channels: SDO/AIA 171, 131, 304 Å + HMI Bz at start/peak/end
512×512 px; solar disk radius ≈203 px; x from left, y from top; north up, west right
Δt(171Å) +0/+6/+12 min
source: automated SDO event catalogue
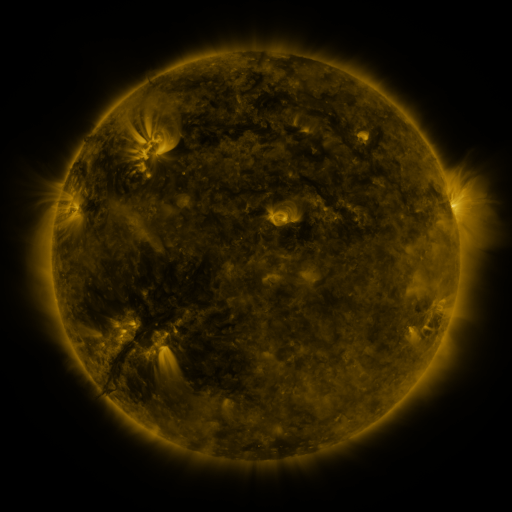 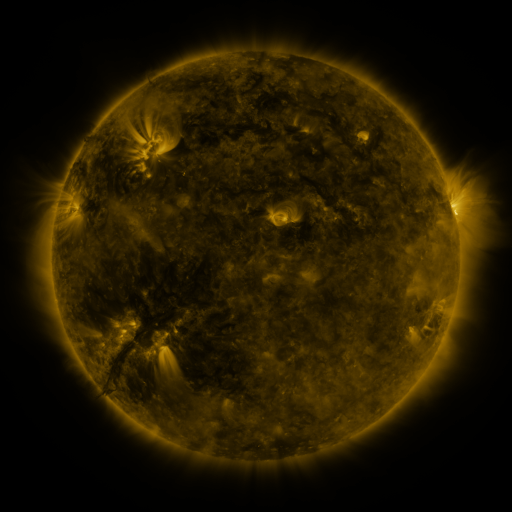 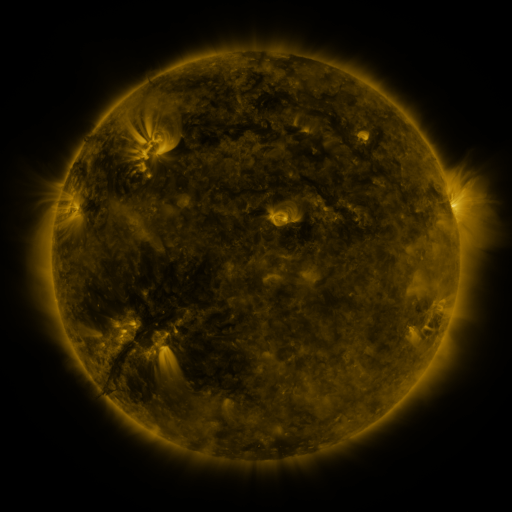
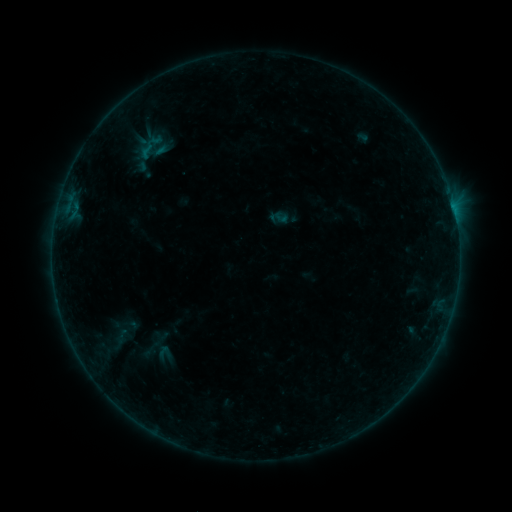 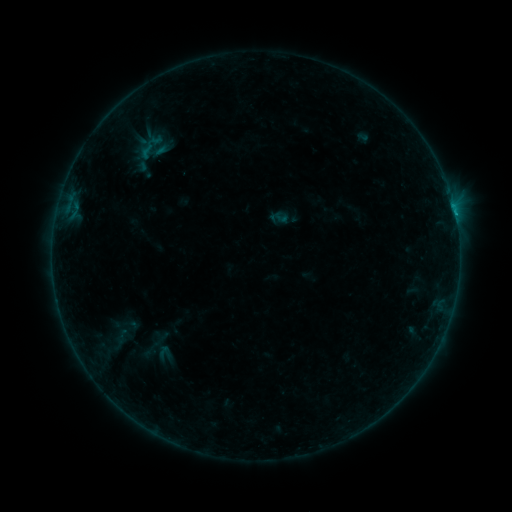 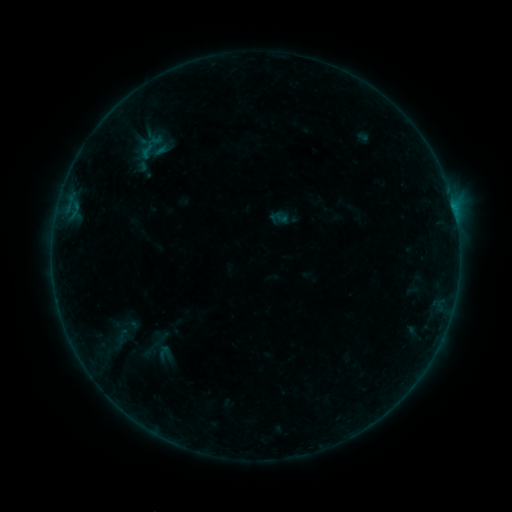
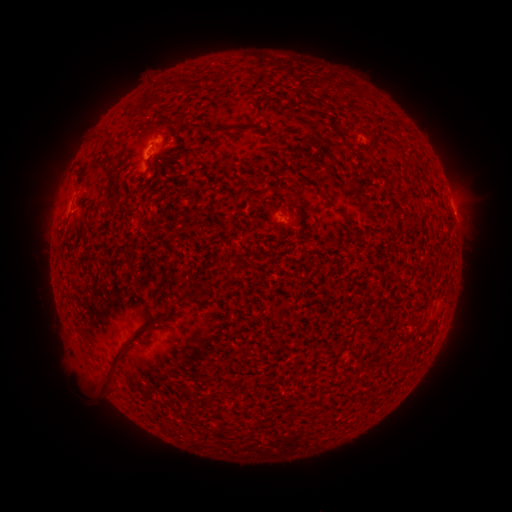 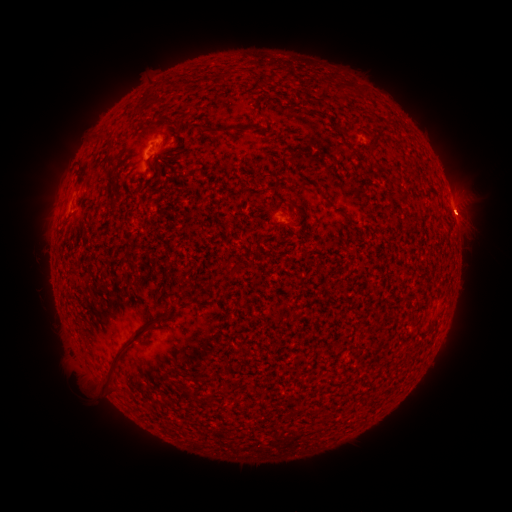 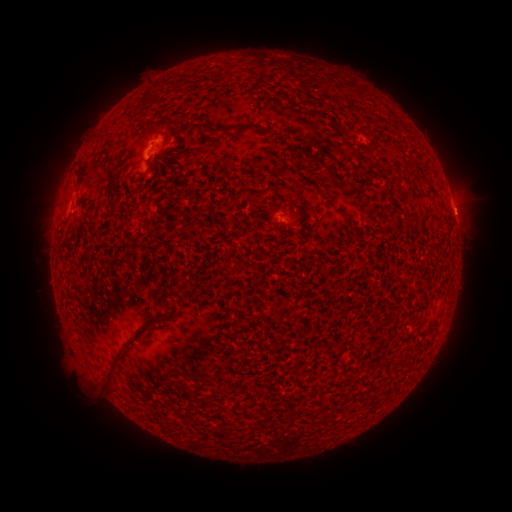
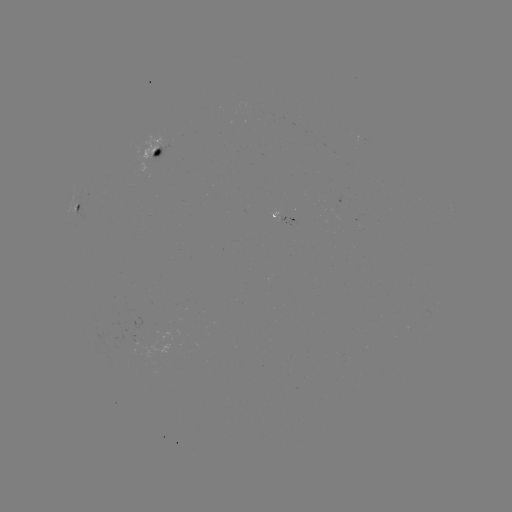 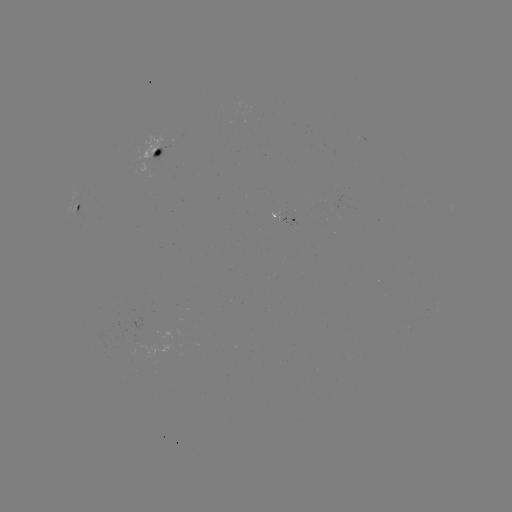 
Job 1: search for B2.2 flare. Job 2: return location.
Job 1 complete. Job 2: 454,213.